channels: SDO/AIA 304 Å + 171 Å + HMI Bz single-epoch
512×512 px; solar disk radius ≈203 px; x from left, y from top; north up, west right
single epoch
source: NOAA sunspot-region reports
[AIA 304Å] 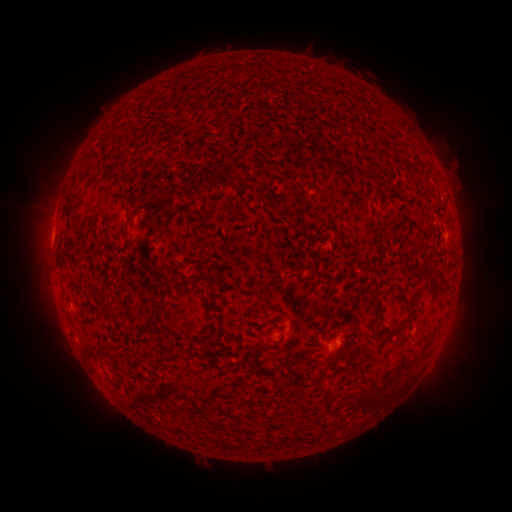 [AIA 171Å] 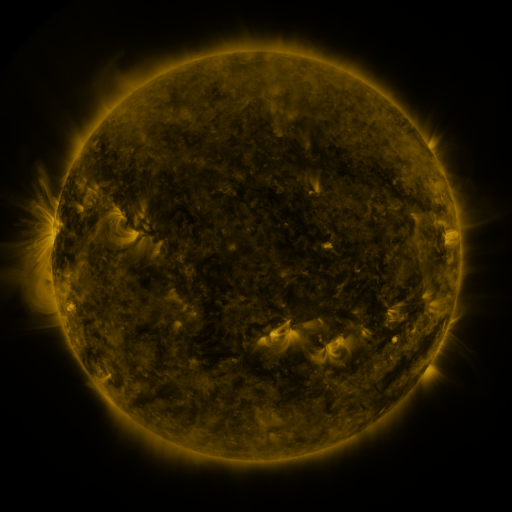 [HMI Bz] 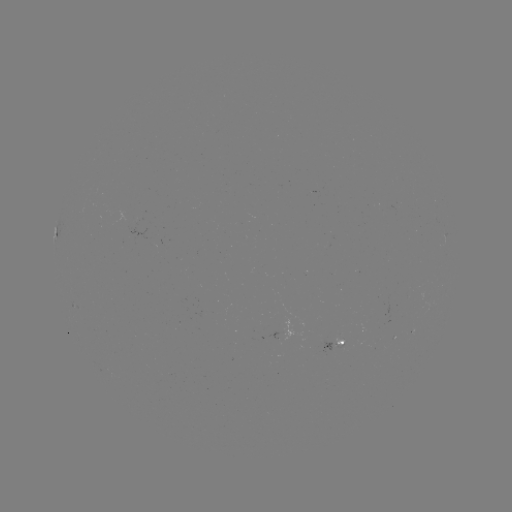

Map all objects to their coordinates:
spotted active region: (333, 343)
